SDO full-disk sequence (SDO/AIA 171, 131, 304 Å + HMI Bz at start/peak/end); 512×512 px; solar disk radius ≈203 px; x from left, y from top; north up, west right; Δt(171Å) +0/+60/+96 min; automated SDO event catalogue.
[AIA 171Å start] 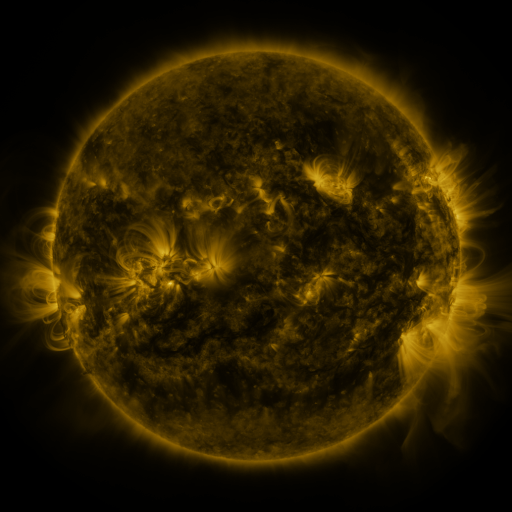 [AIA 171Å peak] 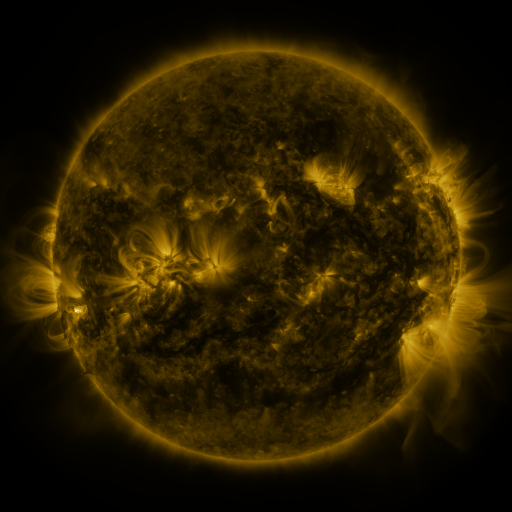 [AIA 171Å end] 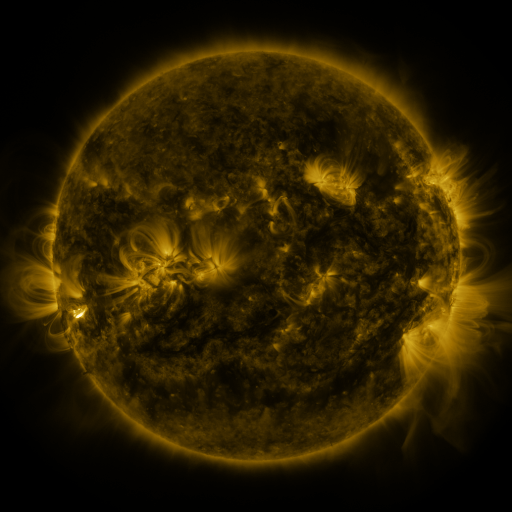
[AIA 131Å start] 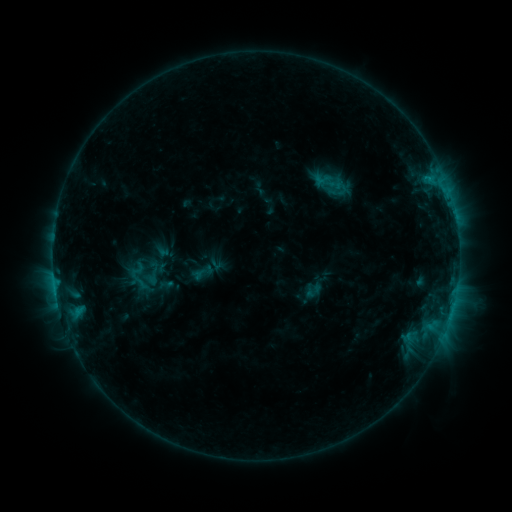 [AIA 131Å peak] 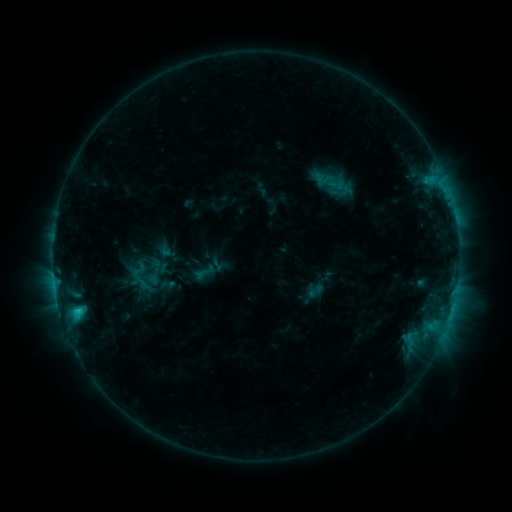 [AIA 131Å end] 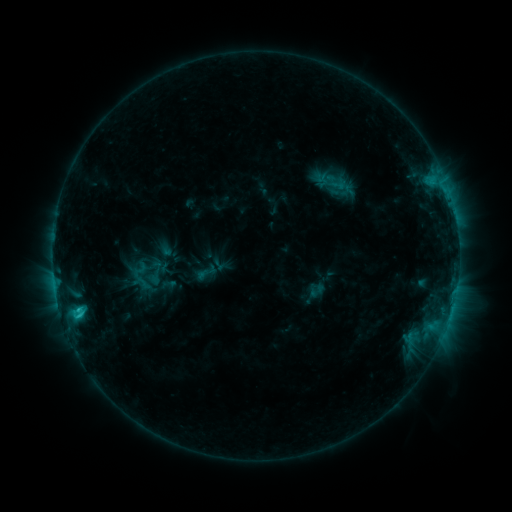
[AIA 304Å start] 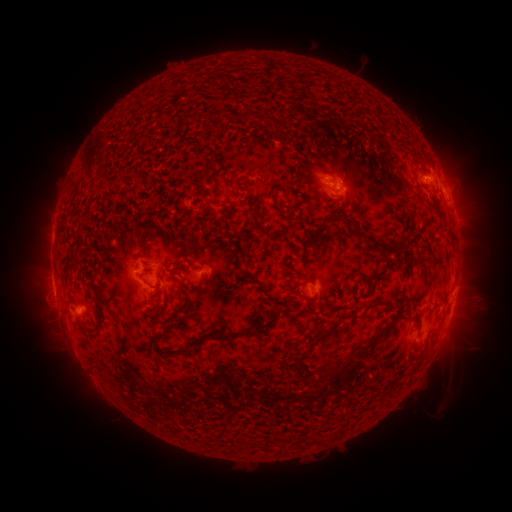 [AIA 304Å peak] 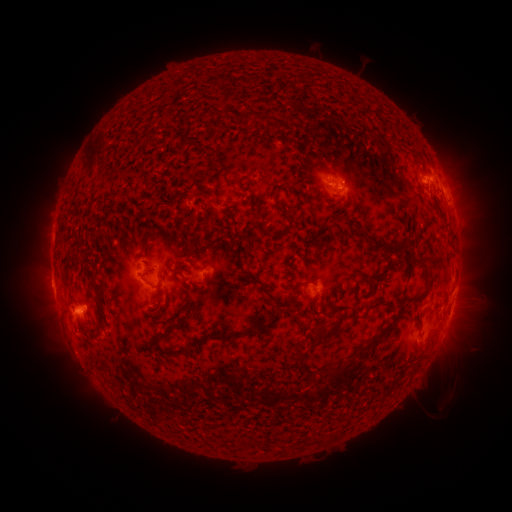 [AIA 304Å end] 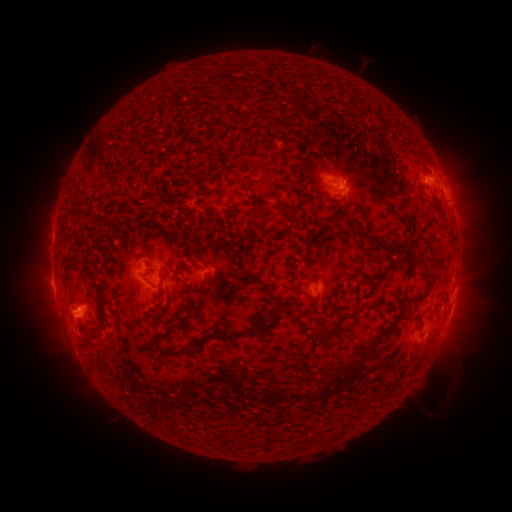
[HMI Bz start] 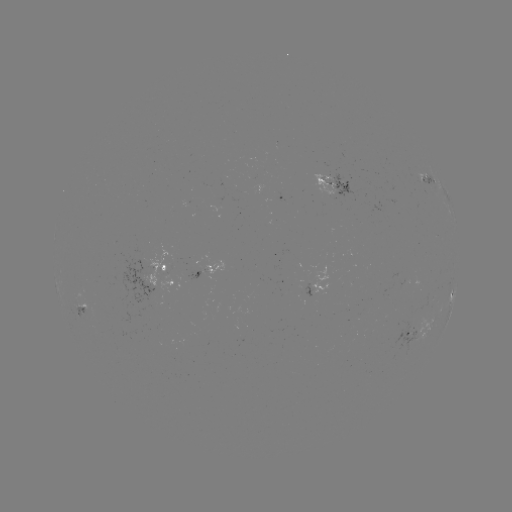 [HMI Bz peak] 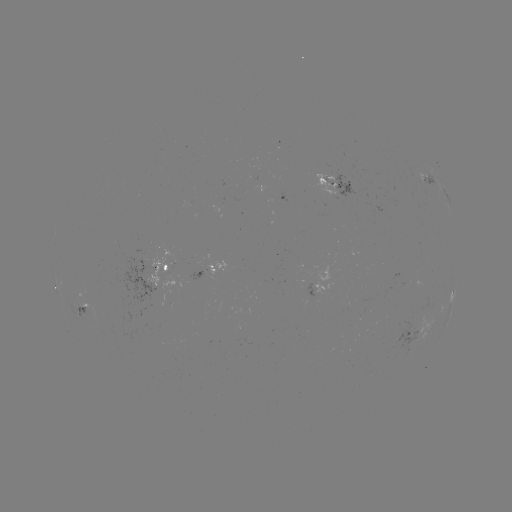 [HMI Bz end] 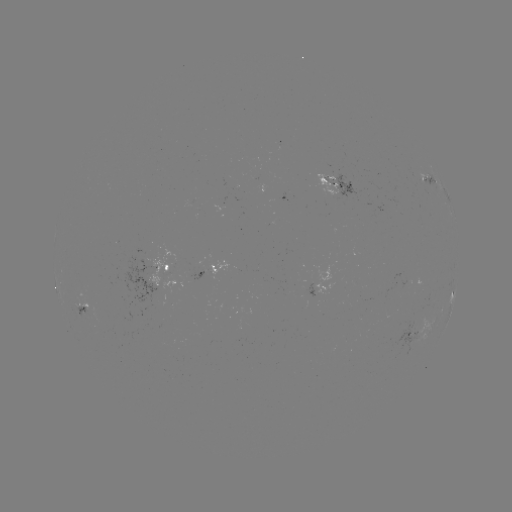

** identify emerging-flux region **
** (404, 277) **